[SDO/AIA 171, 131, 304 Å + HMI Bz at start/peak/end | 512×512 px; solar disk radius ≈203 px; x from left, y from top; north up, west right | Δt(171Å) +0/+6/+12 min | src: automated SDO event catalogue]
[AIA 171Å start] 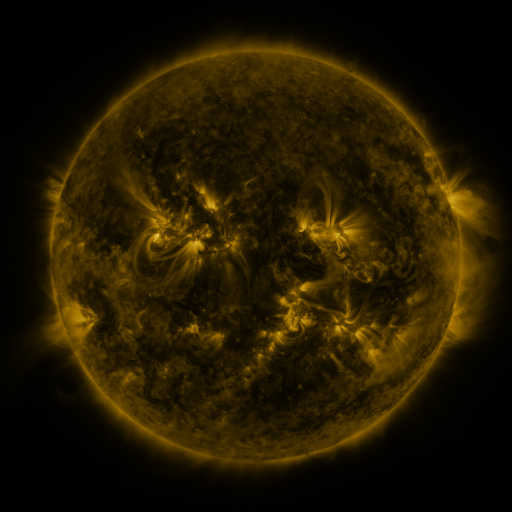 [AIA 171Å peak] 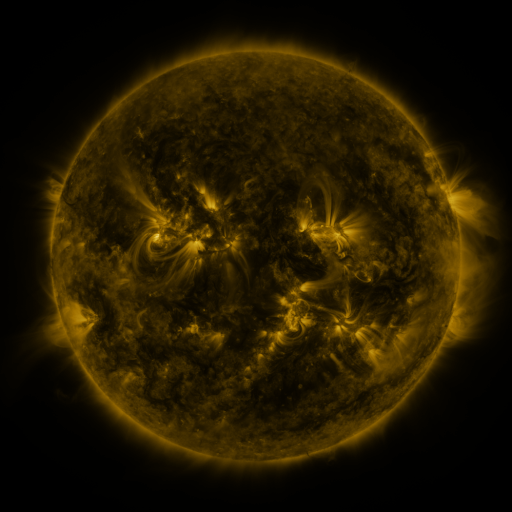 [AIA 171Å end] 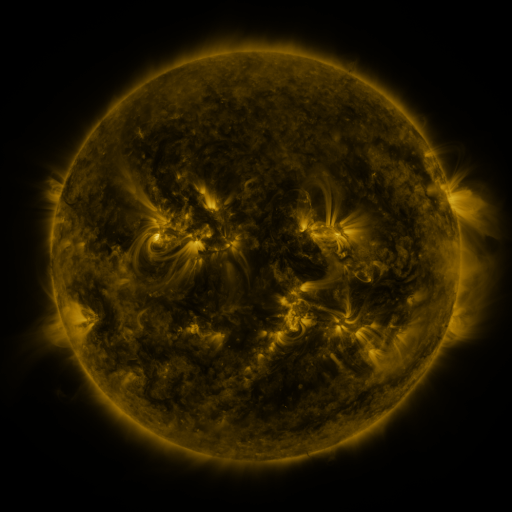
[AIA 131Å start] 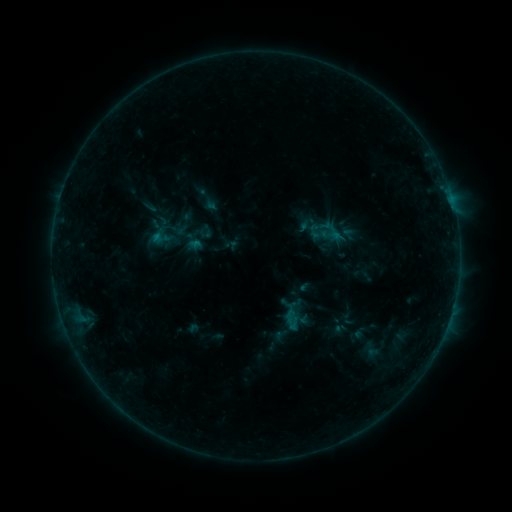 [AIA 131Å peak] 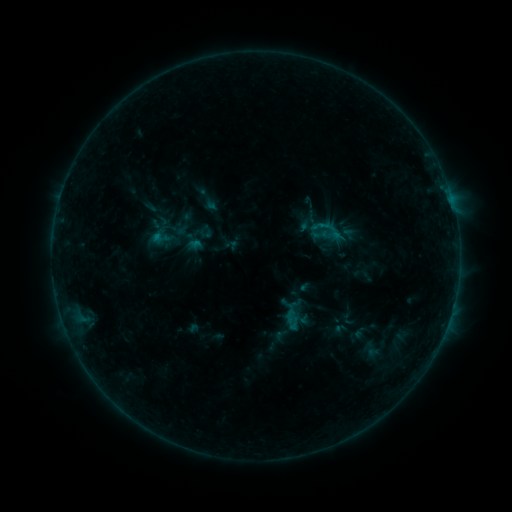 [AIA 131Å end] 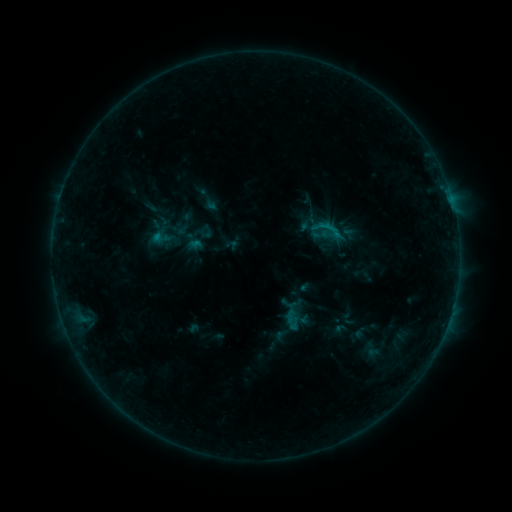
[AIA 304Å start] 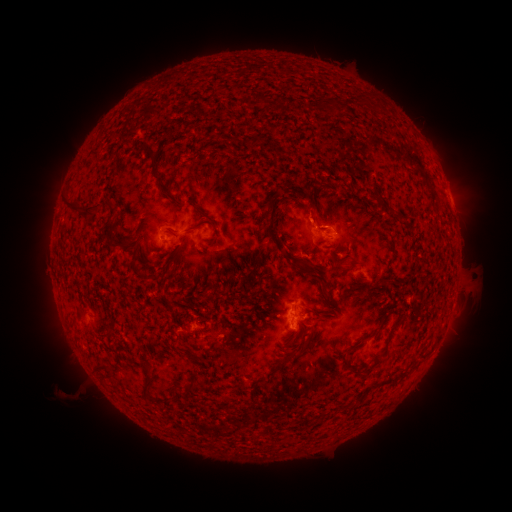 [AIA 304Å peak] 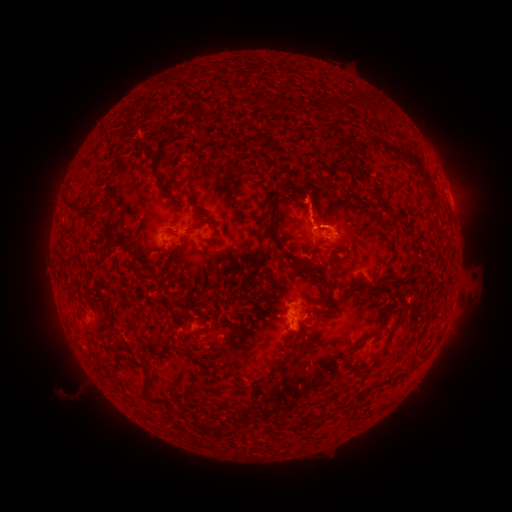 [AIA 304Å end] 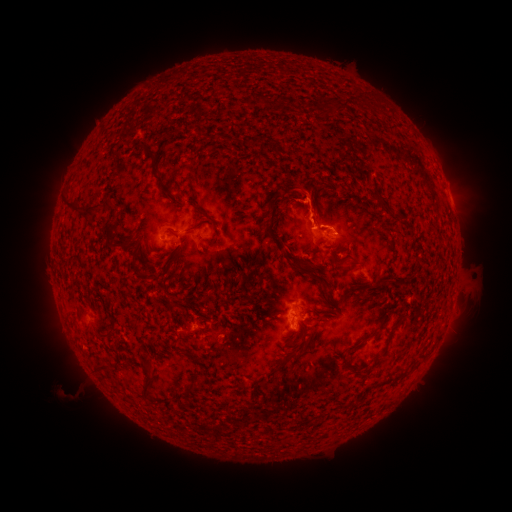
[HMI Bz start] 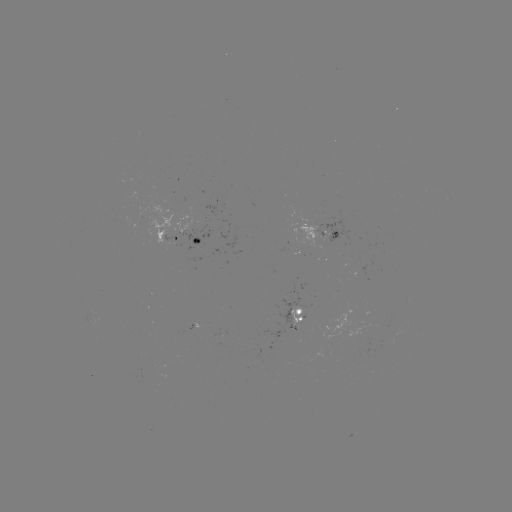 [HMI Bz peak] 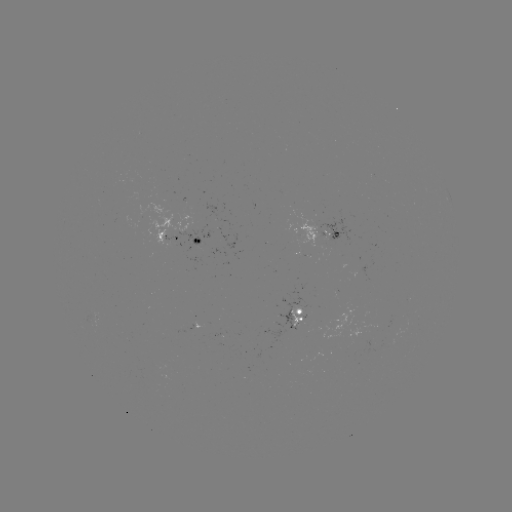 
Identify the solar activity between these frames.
eruption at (313, 200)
